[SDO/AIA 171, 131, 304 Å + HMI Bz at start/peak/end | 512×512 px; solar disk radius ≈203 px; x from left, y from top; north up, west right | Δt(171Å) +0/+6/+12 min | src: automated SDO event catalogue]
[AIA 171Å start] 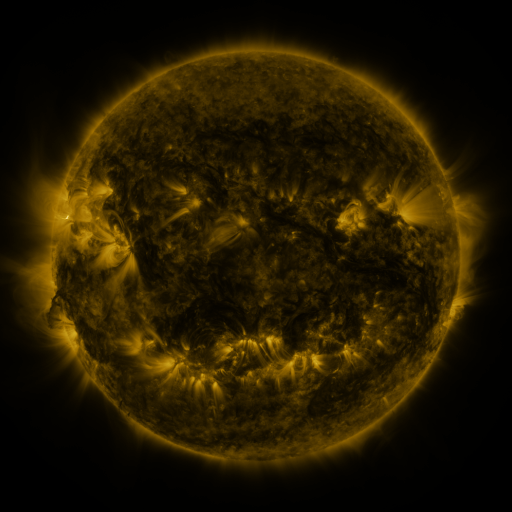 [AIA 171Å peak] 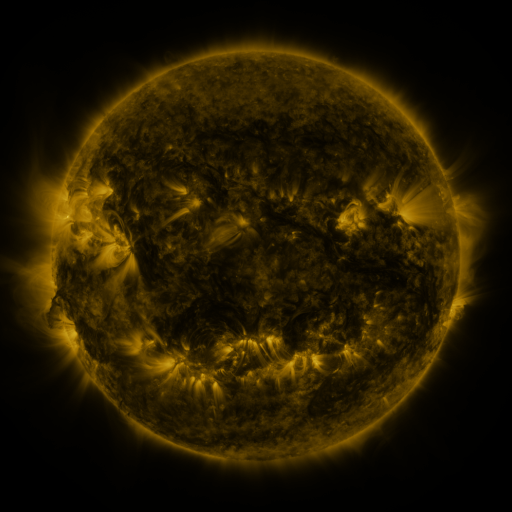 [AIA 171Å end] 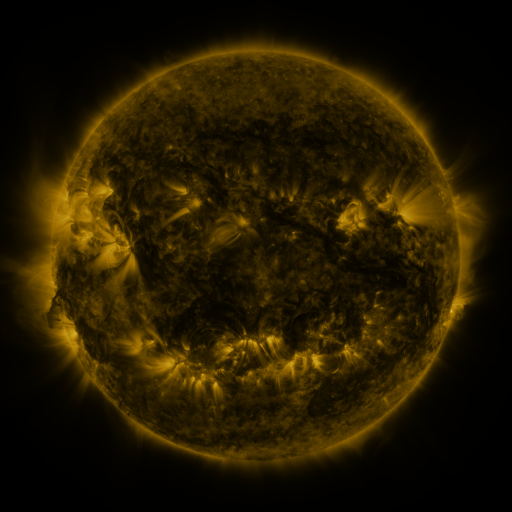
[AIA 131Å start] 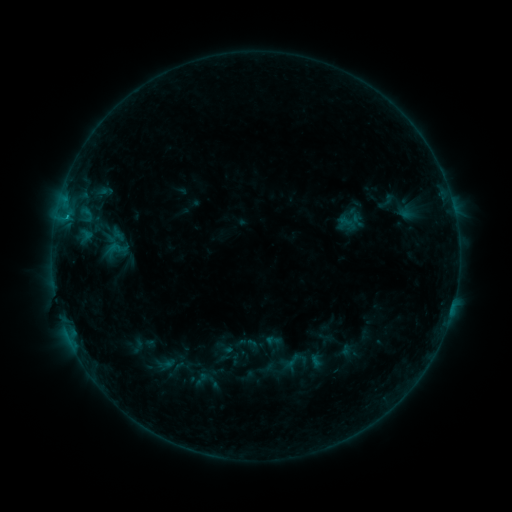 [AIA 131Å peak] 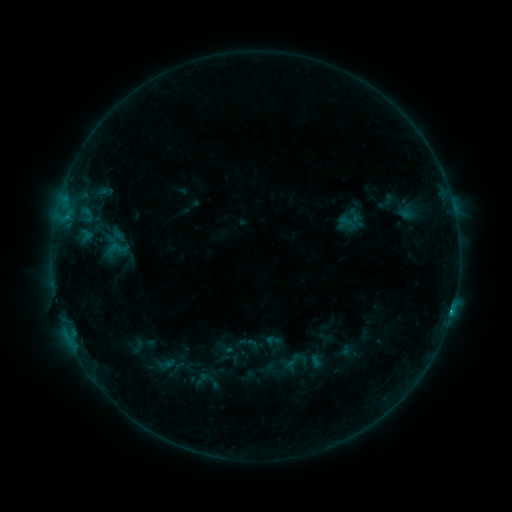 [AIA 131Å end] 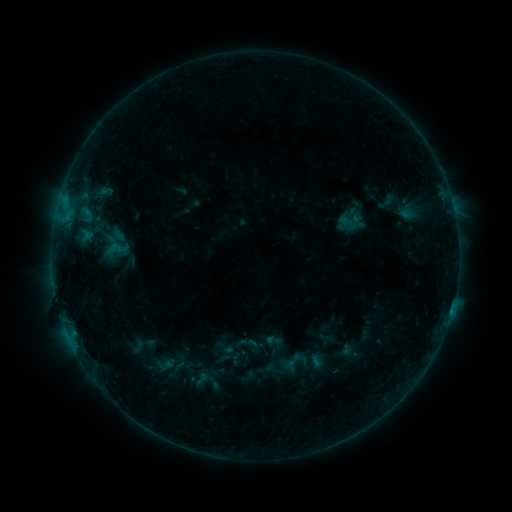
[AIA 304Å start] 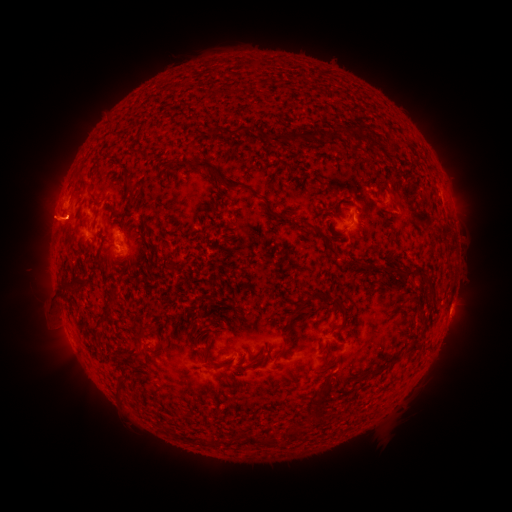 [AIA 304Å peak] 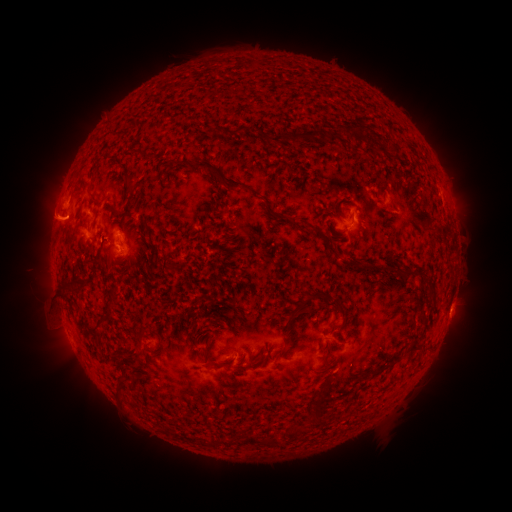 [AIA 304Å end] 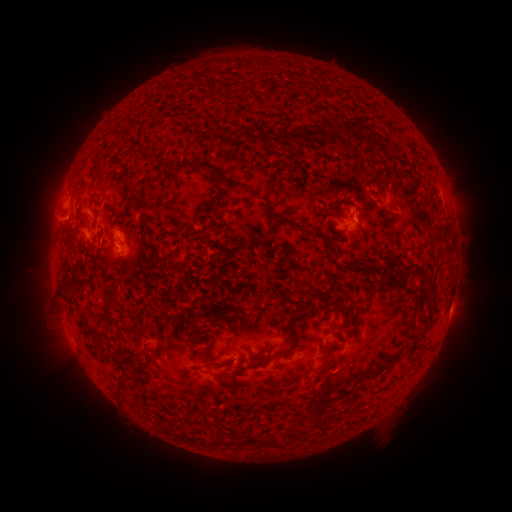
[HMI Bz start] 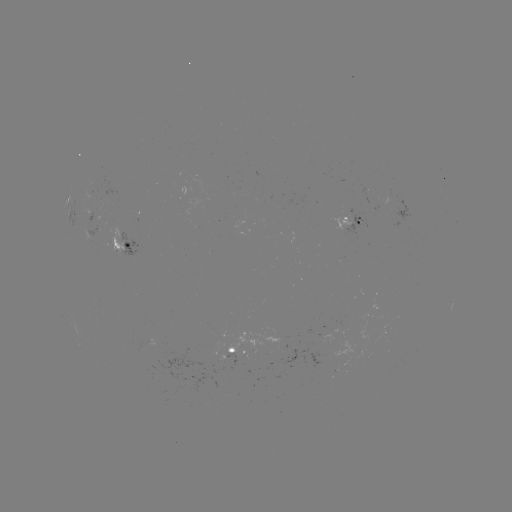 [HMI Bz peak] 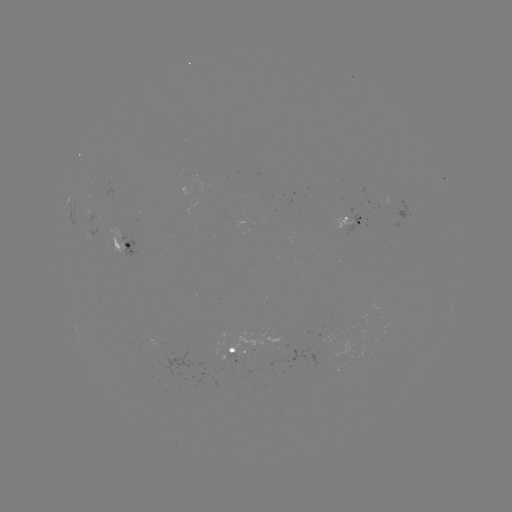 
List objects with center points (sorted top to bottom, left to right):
B4.8 flare: (451, 309)
